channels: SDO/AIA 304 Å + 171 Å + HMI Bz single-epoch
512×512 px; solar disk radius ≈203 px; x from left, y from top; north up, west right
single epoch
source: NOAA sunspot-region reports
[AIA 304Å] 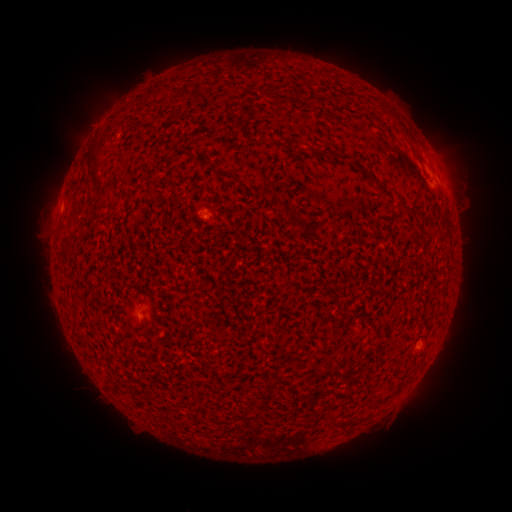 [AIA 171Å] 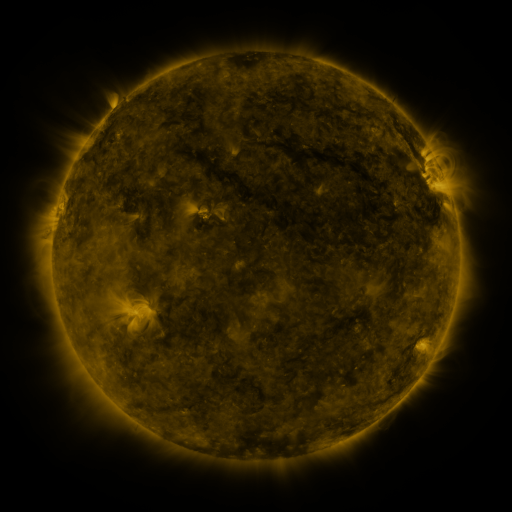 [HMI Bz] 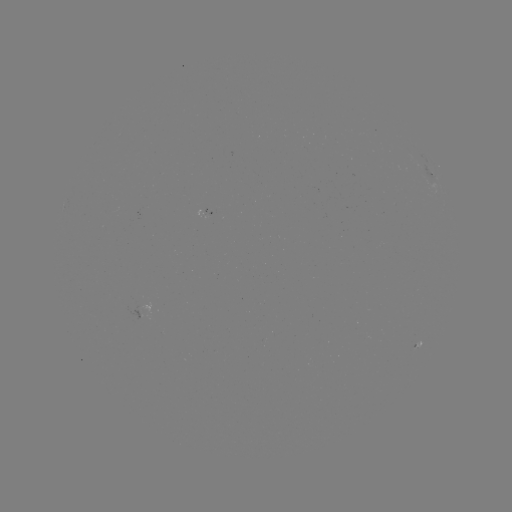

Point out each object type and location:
spotted active region: (431, 174)
